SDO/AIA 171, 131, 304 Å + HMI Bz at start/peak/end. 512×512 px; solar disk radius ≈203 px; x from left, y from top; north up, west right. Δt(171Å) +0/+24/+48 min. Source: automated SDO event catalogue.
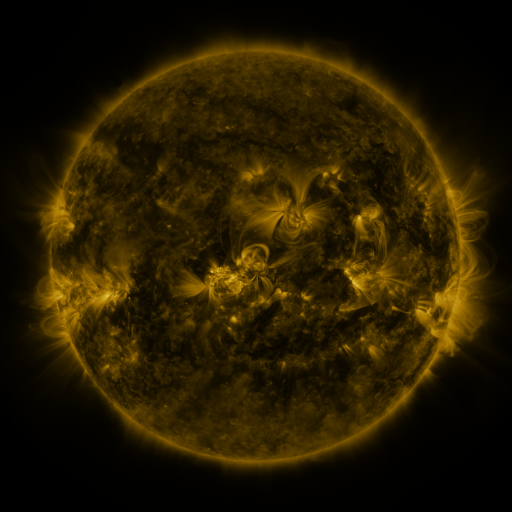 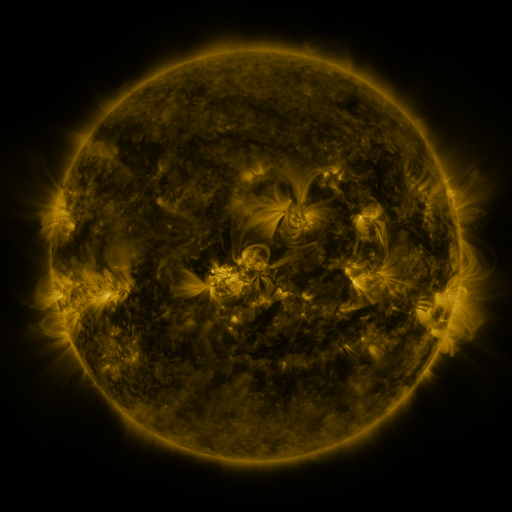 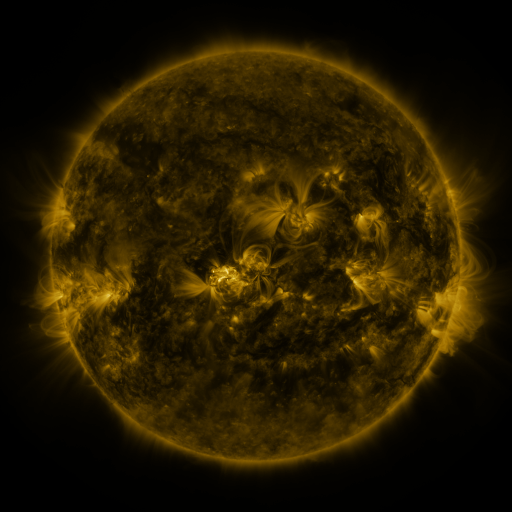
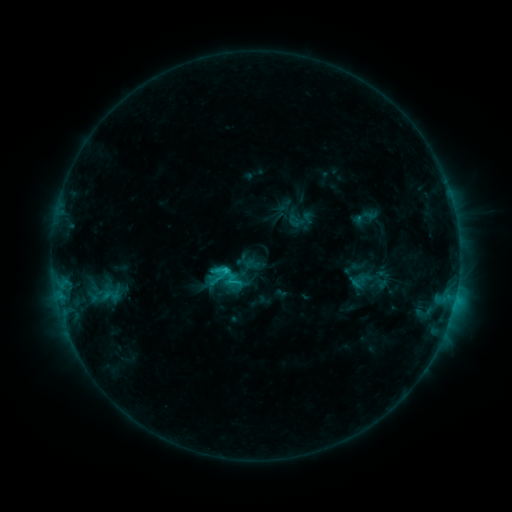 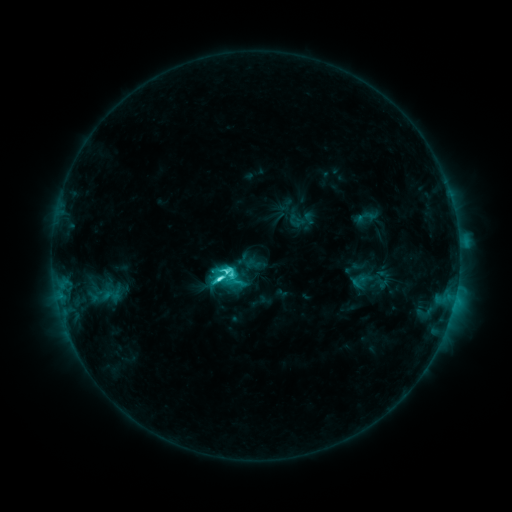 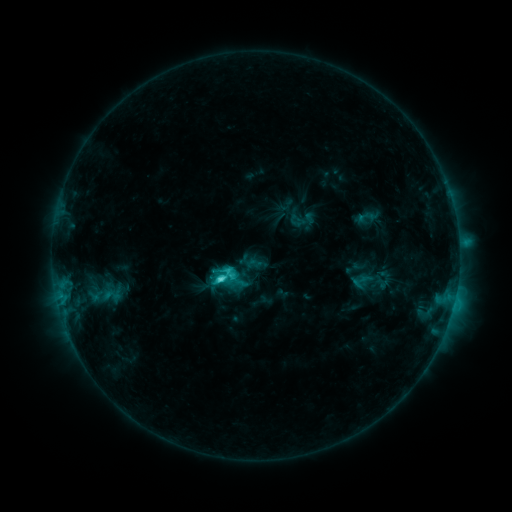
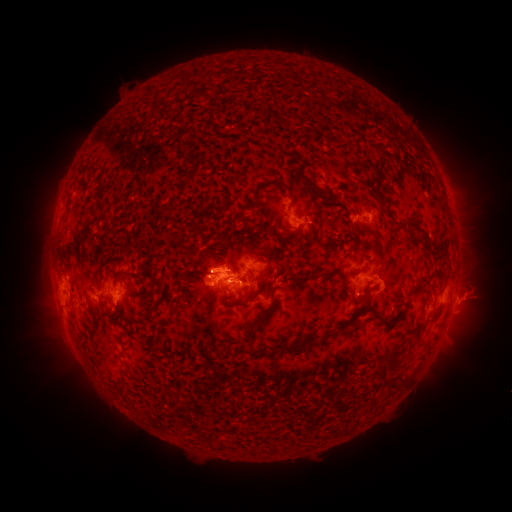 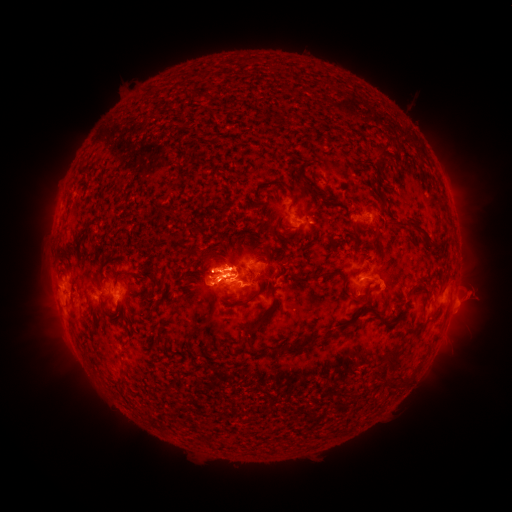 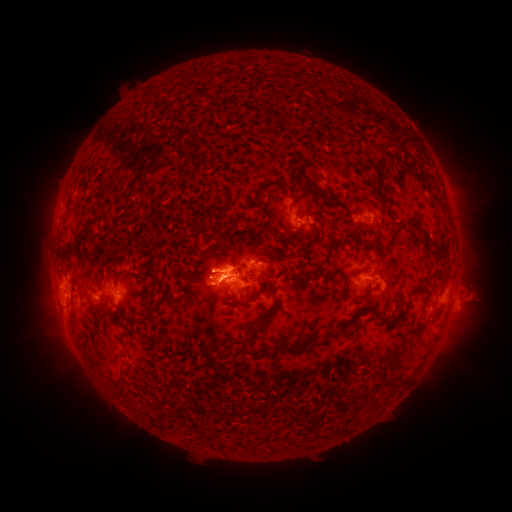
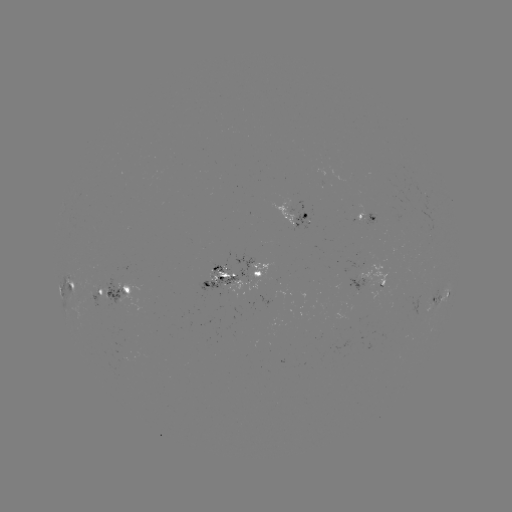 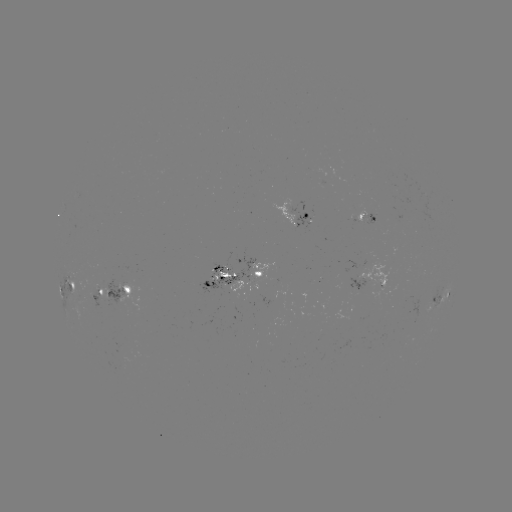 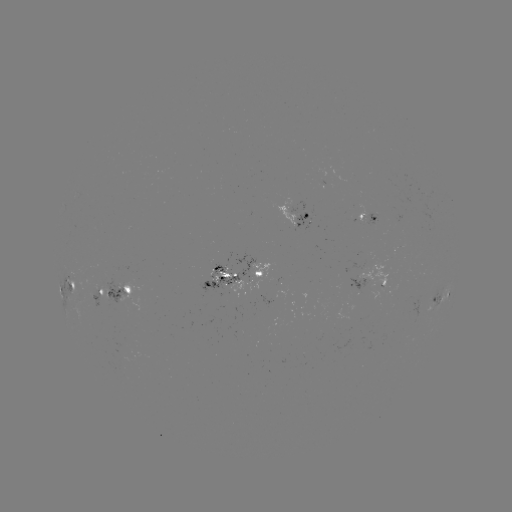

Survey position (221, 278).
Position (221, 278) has C8.5 flare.